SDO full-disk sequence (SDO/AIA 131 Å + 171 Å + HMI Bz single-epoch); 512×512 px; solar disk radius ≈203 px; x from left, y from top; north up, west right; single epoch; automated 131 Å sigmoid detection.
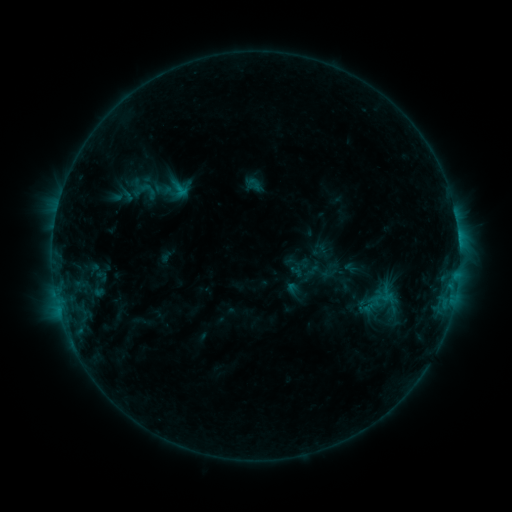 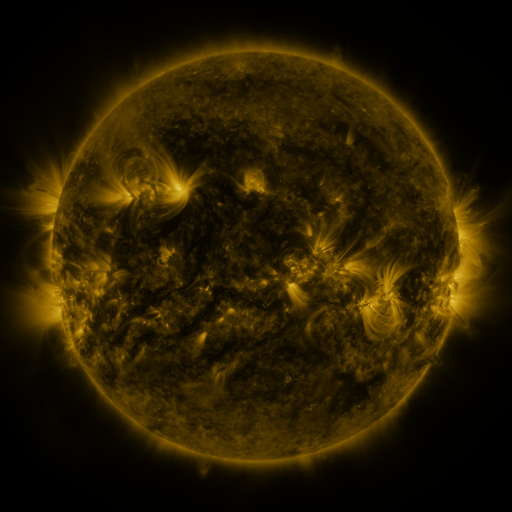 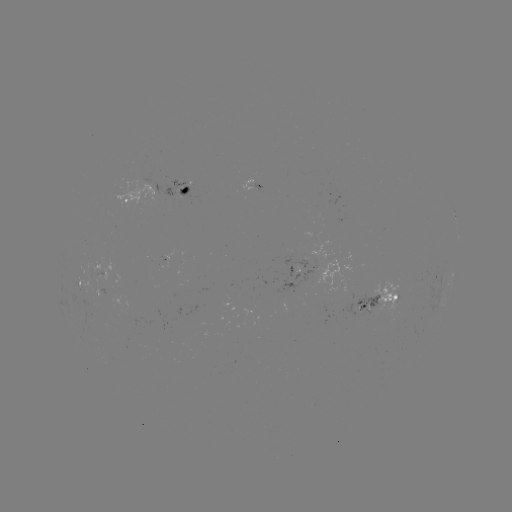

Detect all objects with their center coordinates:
sigmoid: (319, 271)
